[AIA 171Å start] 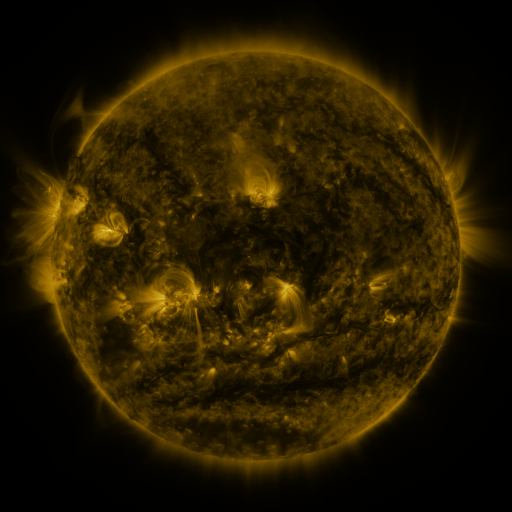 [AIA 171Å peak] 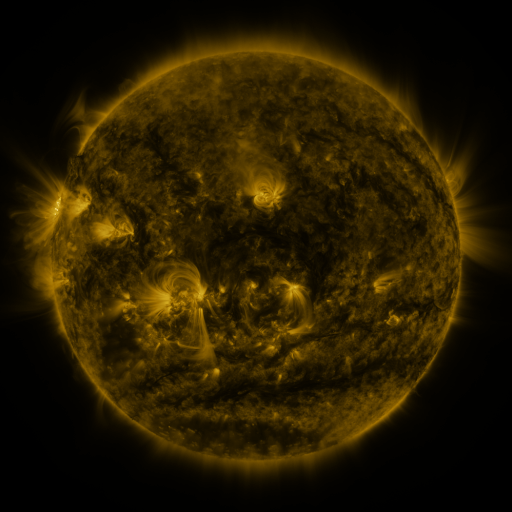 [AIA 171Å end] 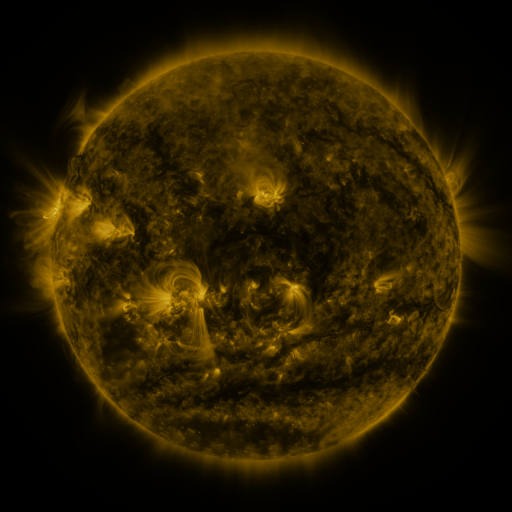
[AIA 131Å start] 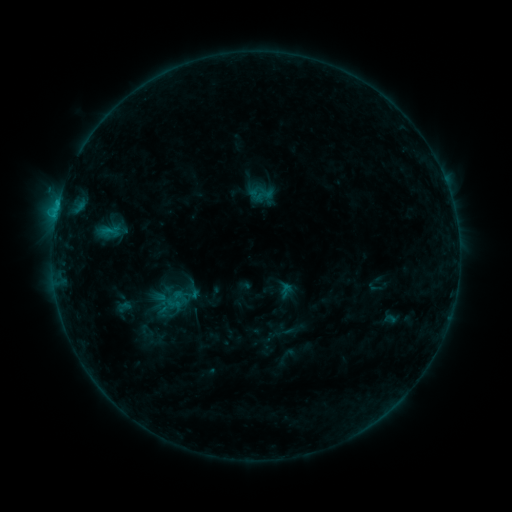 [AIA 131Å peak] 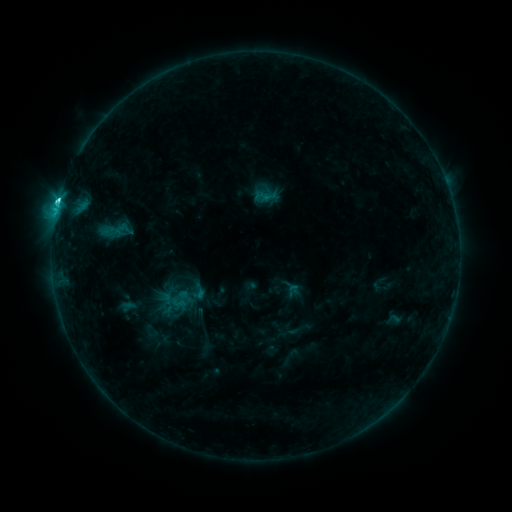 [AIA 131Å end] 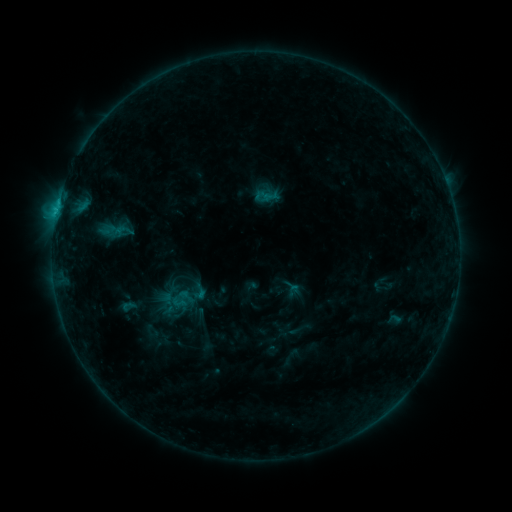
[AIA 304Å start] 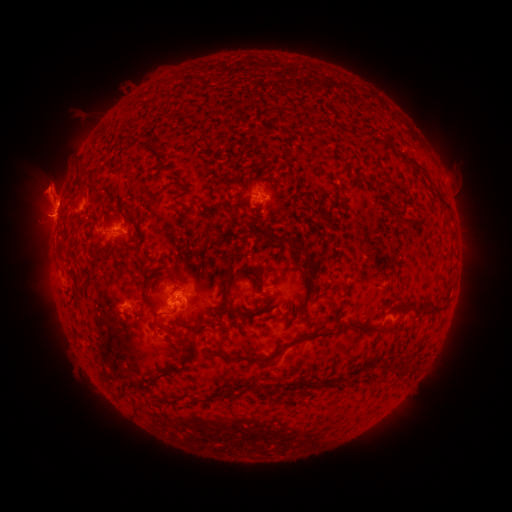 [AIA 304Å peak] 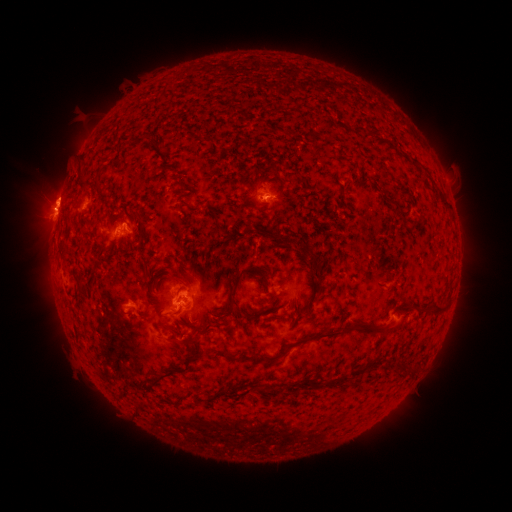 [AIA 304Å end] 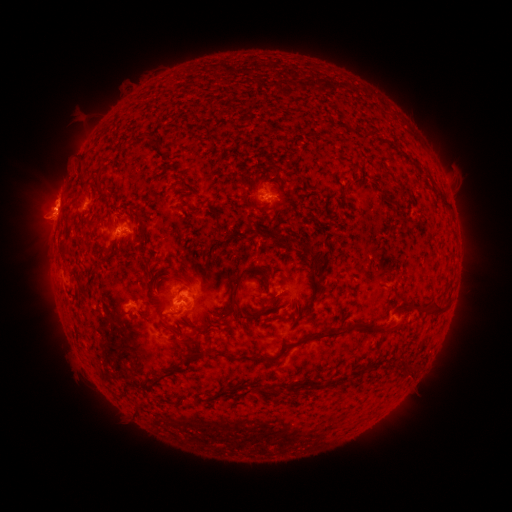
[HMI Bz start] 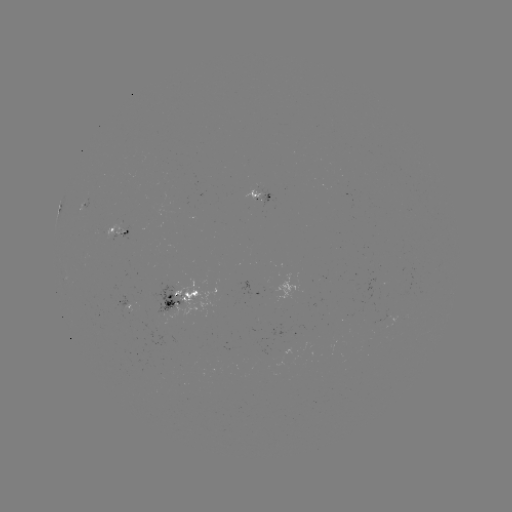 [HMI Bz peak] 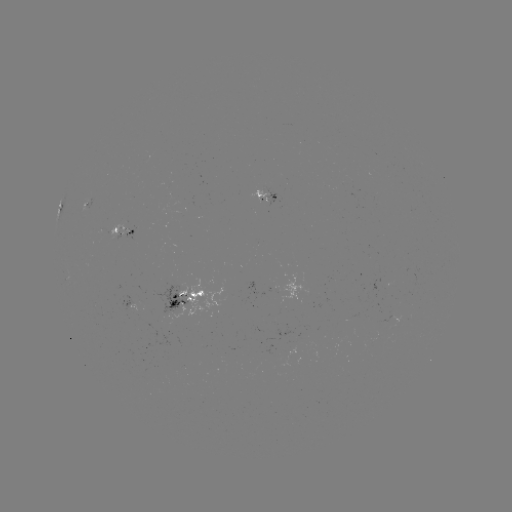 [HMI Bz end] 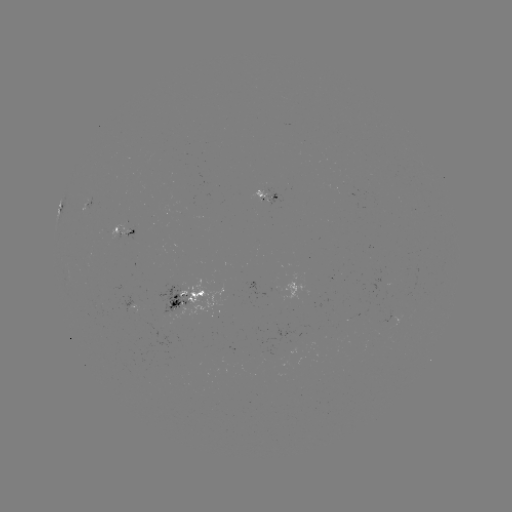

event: emerging-flux region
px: (262, 191)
